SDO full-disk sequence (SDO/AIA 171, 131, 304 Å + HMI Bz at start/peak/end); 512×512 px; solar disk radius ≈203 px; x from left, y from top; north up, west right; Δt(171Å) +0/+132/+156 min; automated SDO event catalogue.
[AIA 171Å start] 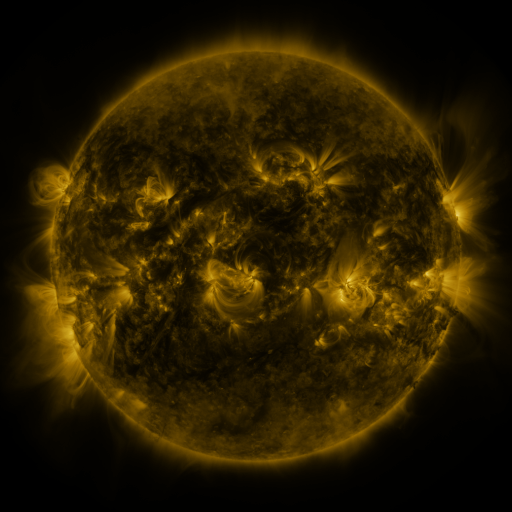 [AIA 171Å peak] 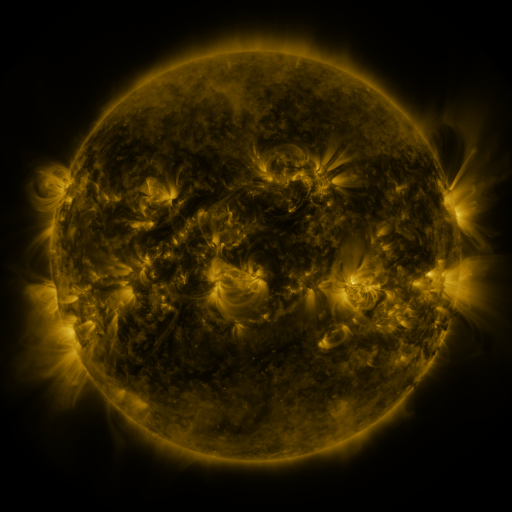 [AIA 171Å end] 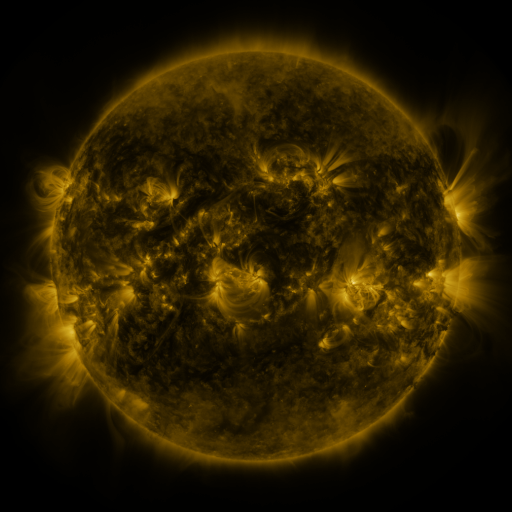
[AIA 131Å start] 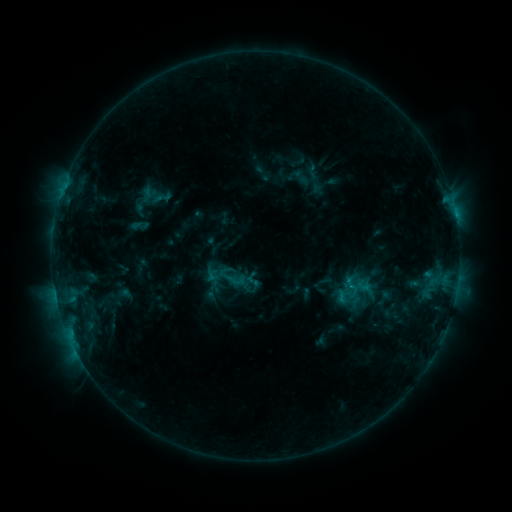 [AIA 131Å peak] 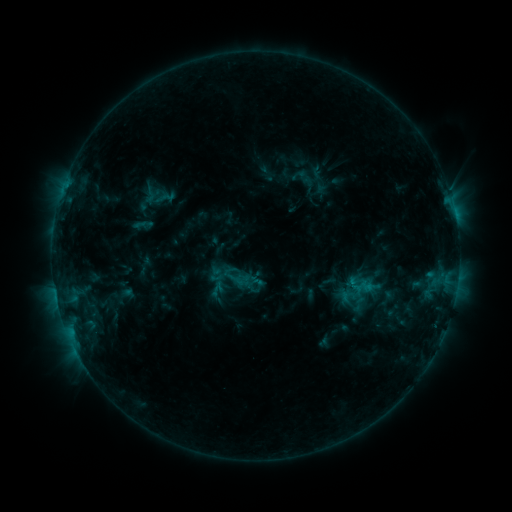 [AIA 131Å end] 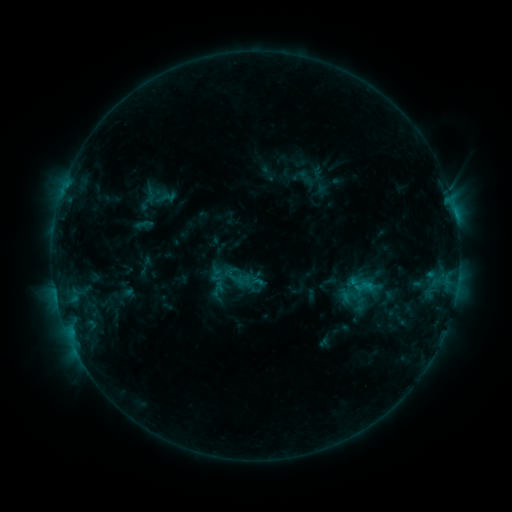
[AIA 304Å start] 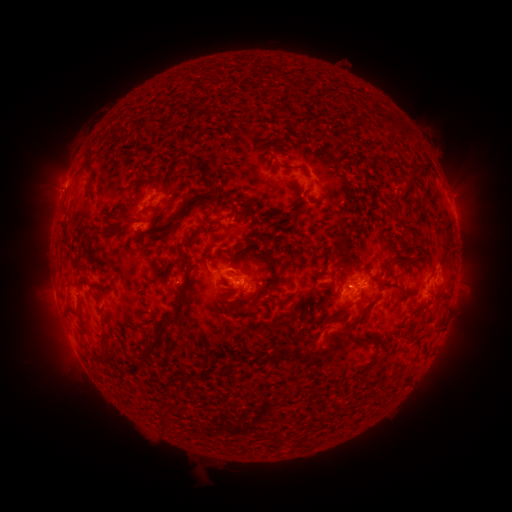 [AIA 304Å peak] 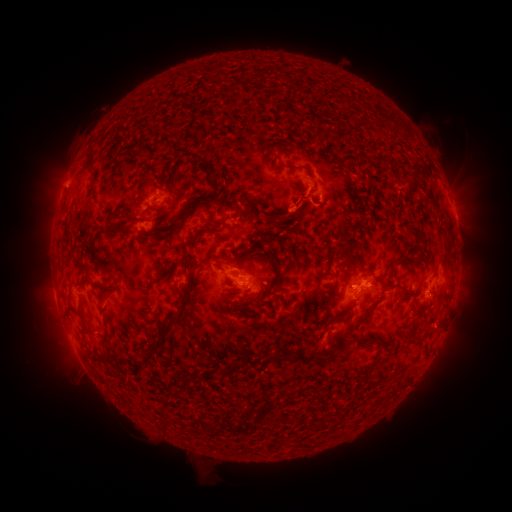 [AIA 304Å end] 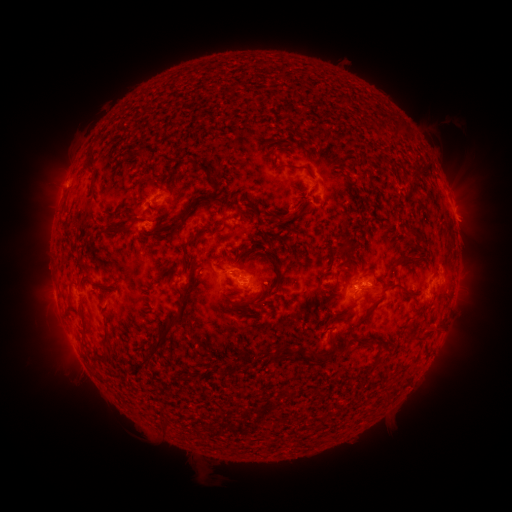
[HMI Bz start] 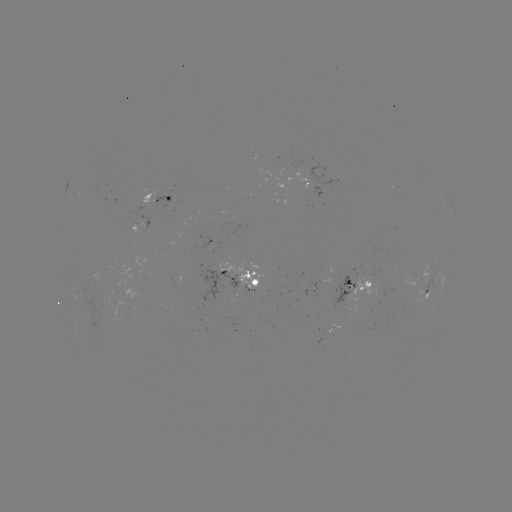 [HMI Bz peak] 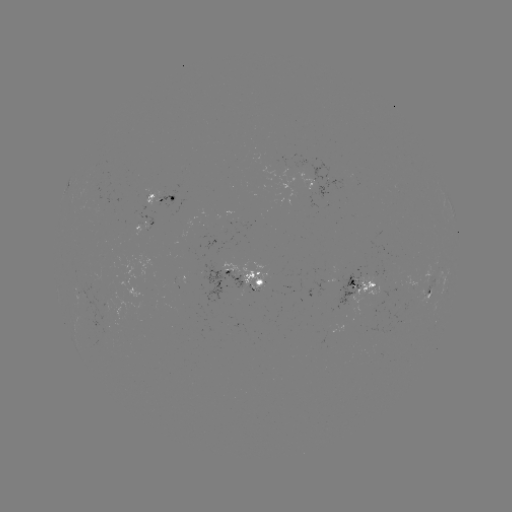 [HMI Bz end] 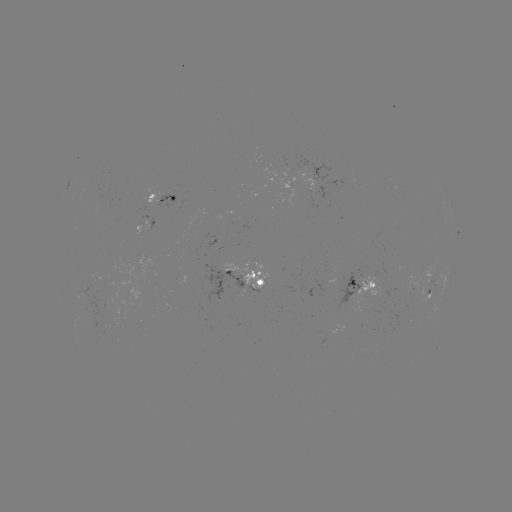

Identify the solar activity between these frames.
emerging-flux region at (298, 166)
